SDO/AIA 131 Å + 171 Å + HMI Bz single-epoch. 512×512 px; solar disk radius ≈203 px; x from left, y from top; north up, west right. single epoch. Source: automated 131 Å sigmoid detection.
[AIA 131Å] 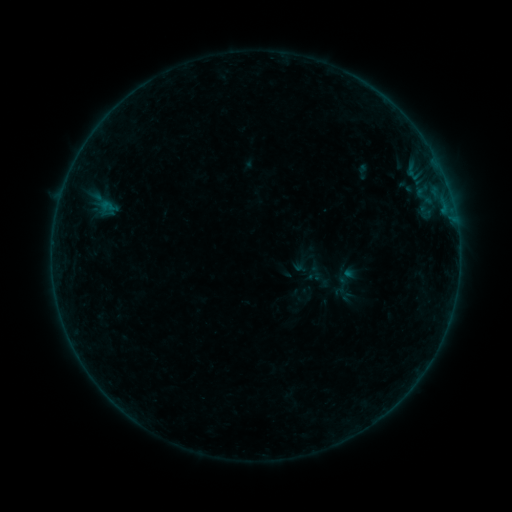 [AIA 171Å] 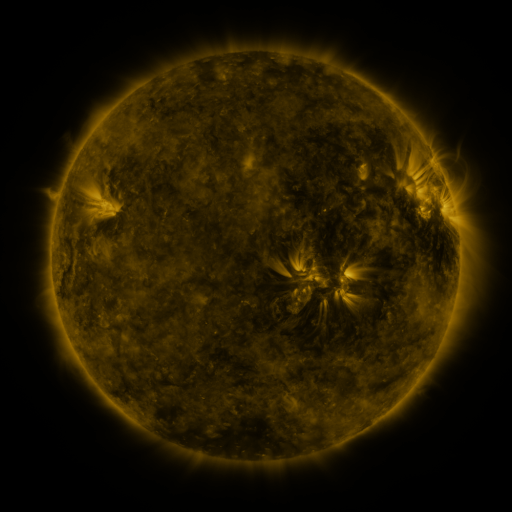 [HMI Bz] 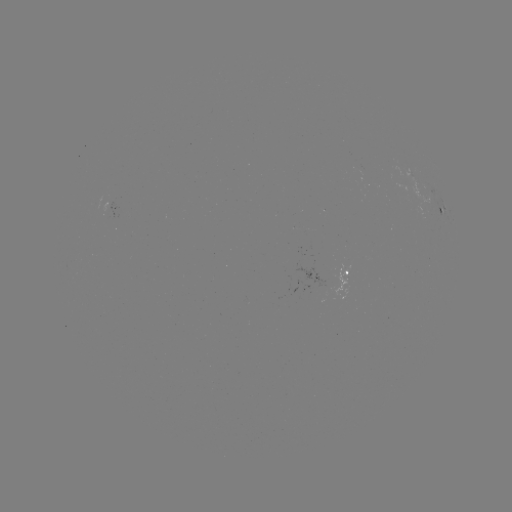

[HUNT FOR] sigmoid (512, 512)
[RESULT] [342, 295]